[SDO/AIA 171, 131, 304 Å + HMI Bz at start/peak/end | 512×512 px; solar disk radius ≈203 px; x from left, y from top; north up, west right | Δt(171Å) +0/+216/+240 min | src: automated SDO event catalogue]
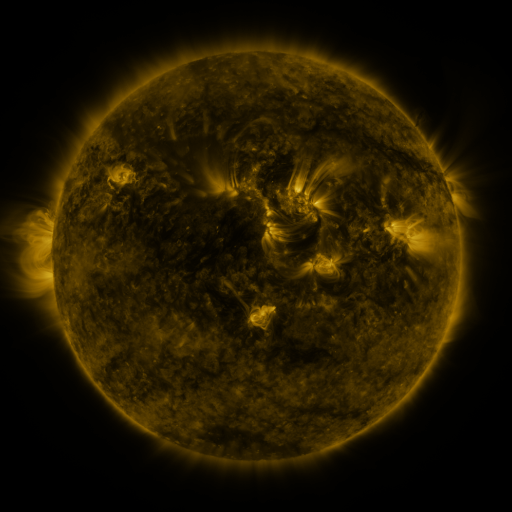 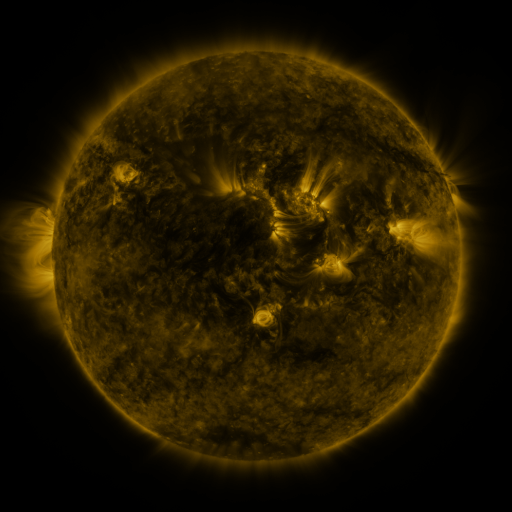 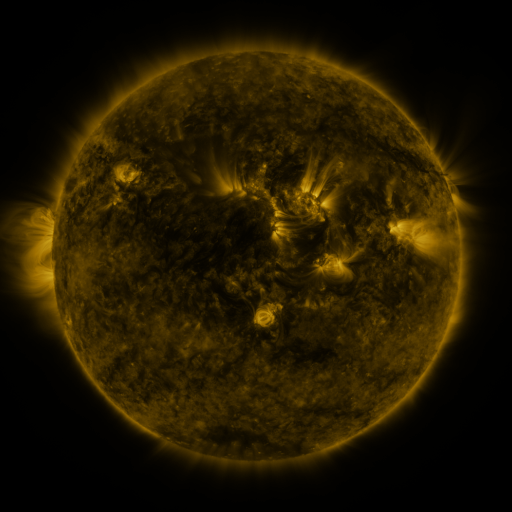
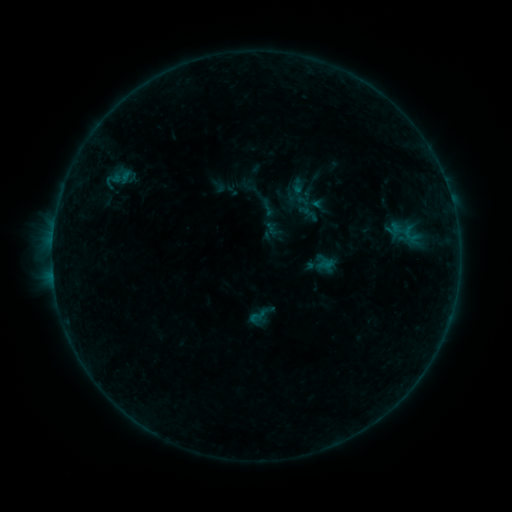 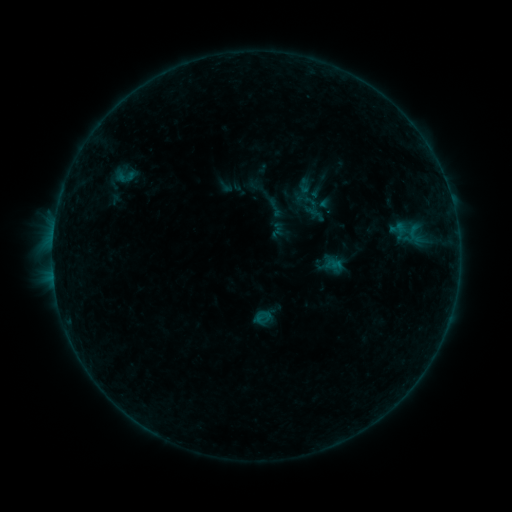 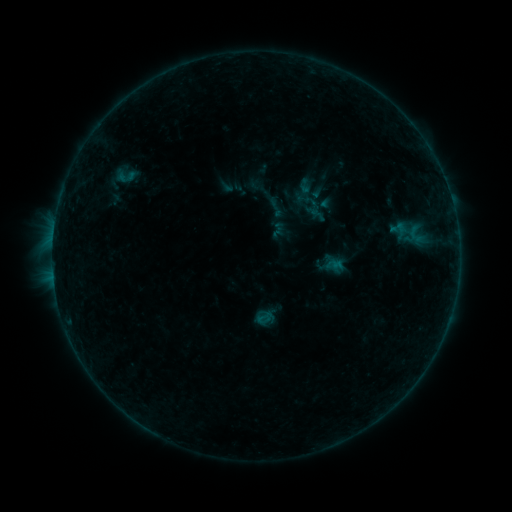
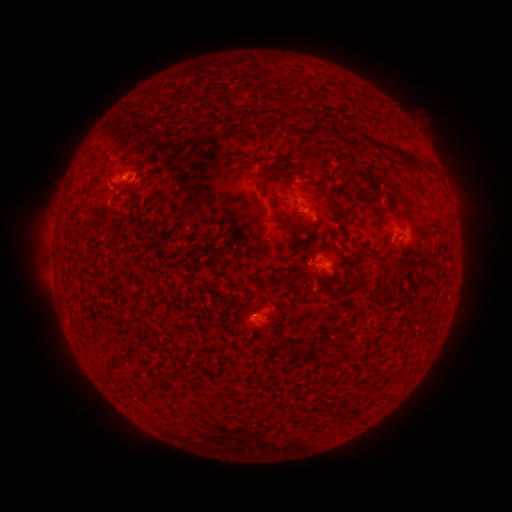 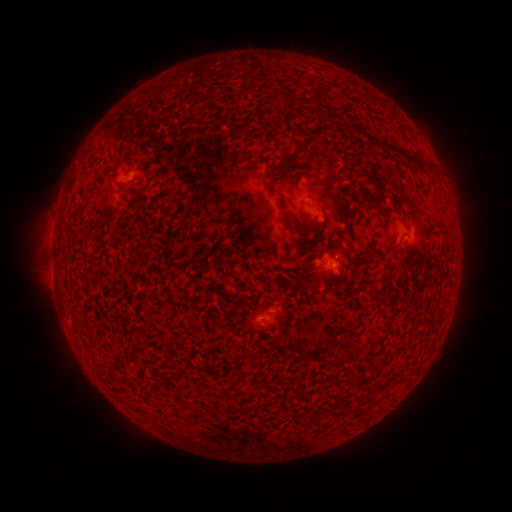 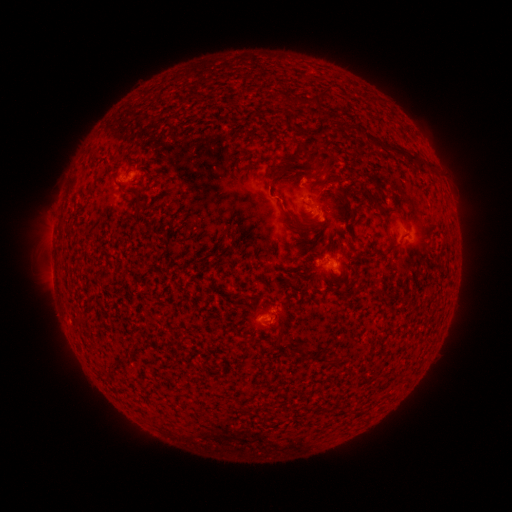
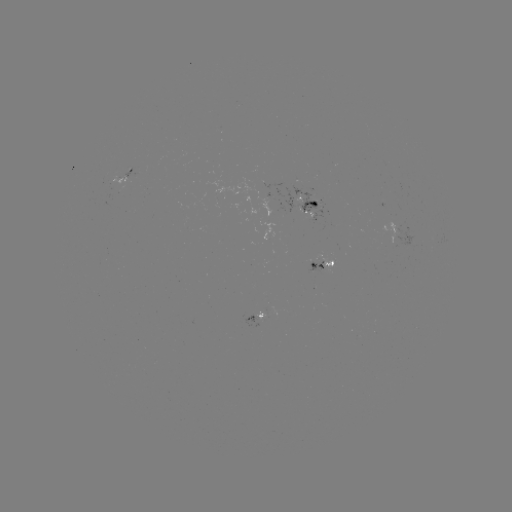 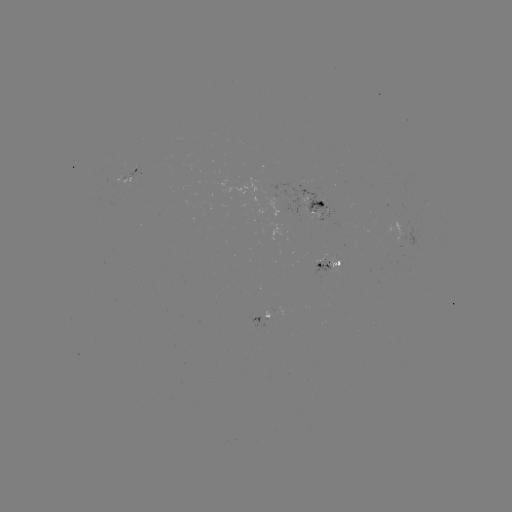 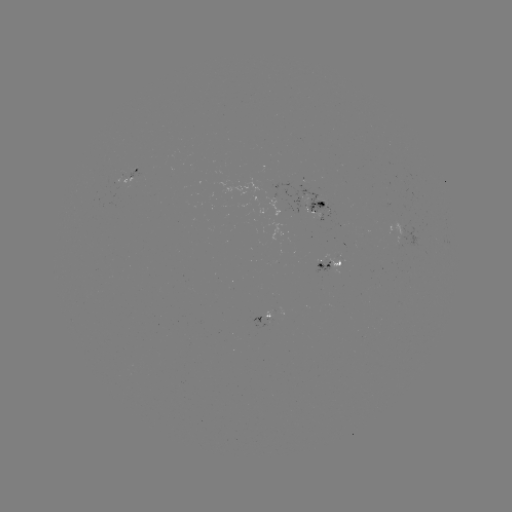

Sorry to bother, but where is emerging-flux region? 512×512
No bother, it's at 321,269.